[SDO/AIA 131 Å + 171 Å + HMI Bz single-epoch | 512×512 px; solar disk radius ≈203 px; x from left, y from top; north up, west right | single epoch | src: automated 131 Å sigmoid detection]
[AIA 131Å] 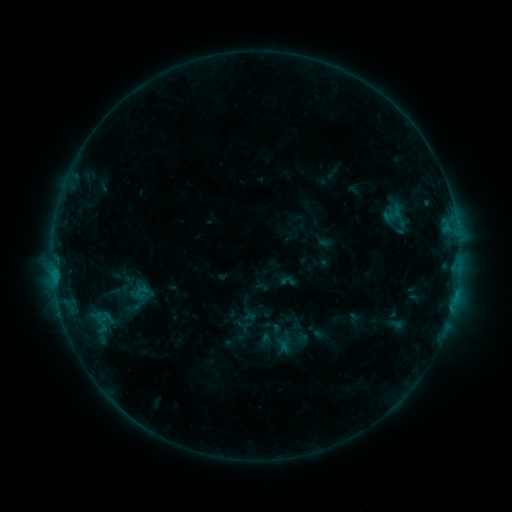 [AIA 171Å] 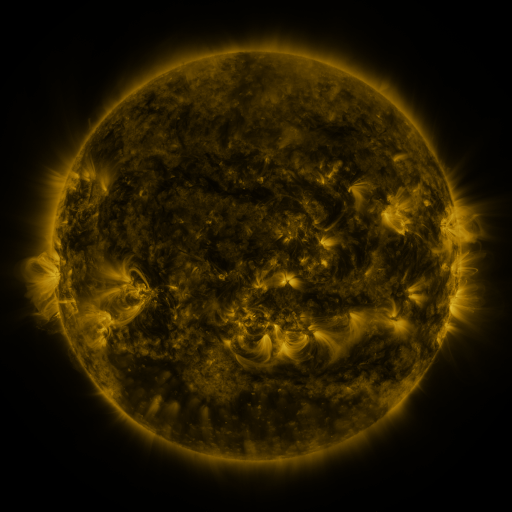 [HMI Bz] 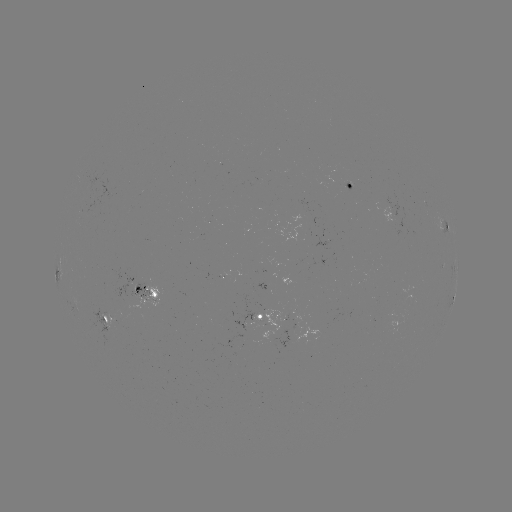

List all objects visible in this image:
sigmoid: (140, 289)
